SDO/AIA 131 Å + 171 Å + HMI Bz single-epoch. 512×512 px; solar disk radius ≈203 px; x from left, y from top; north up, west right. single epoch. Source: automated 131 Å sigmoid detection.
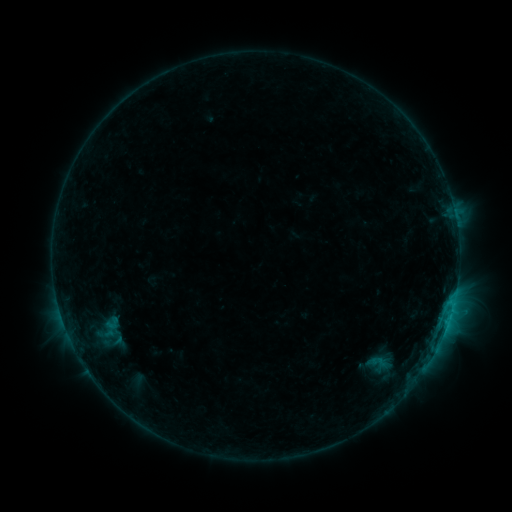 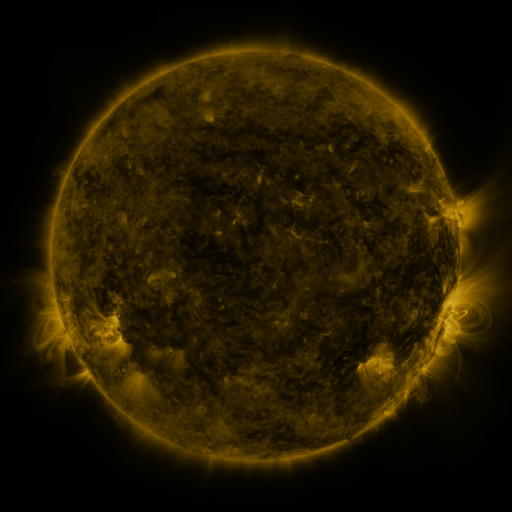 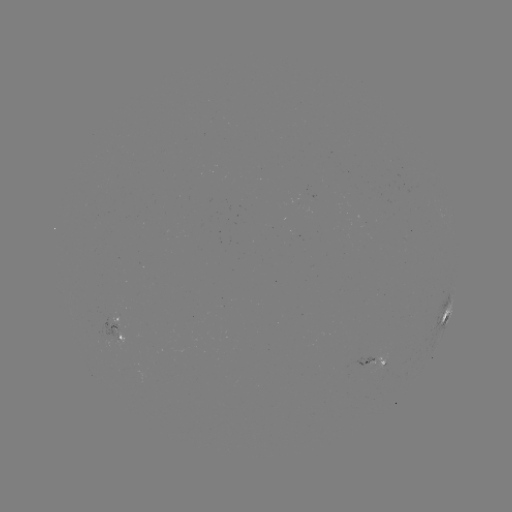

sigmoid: (100, 313, 124, 333)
